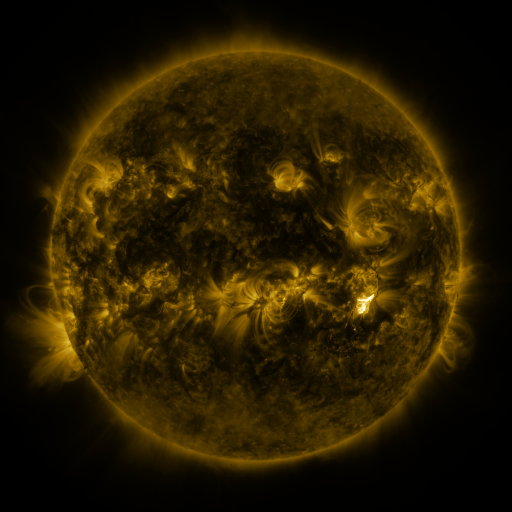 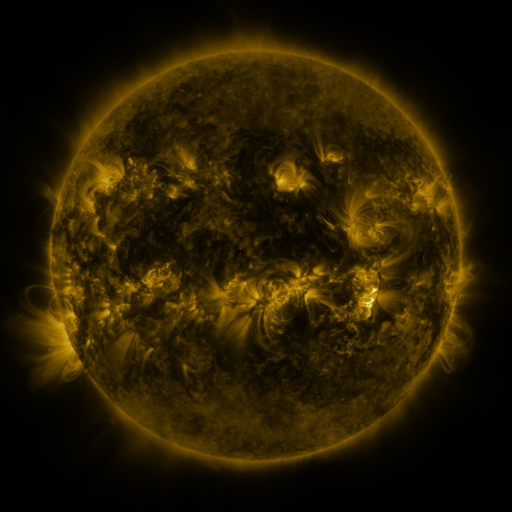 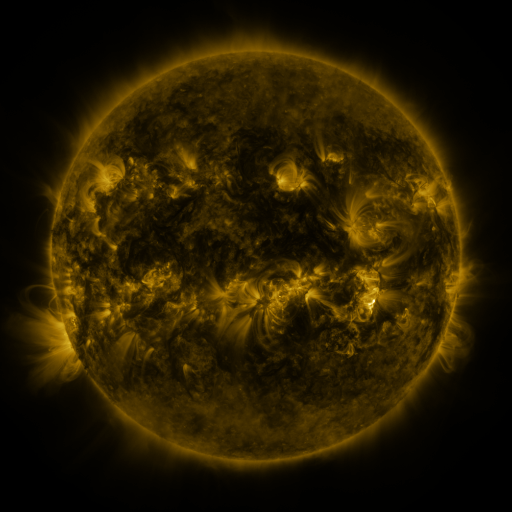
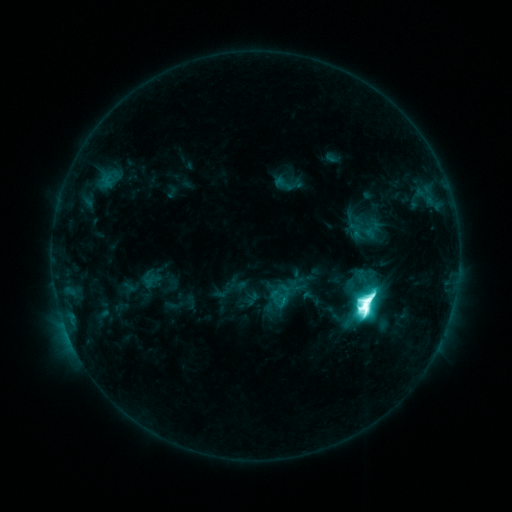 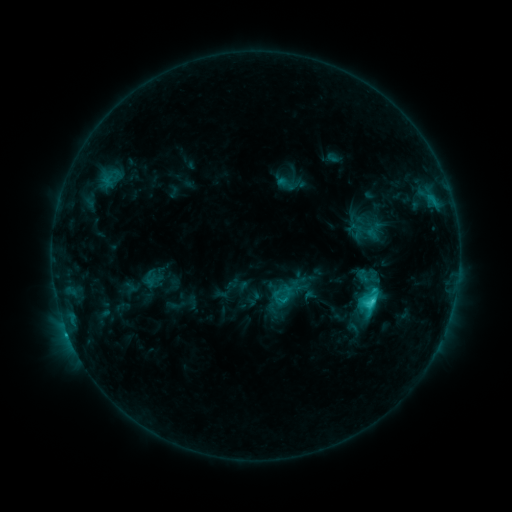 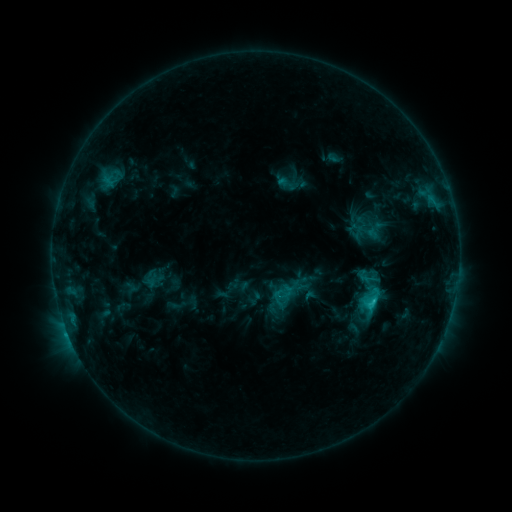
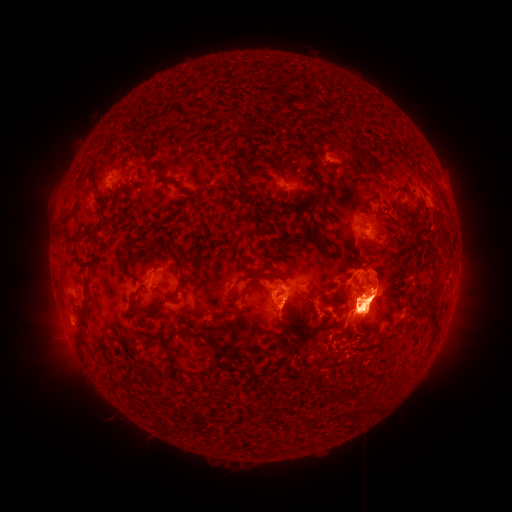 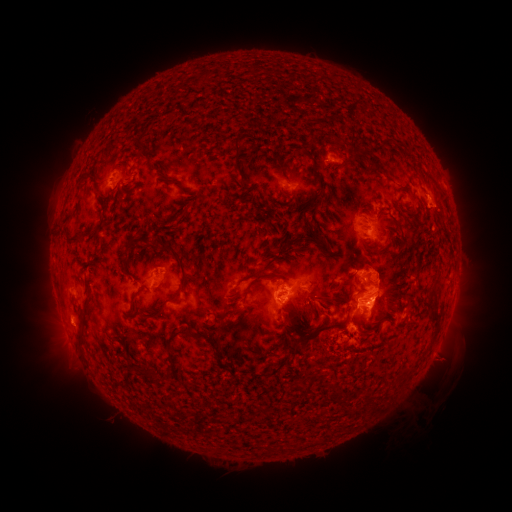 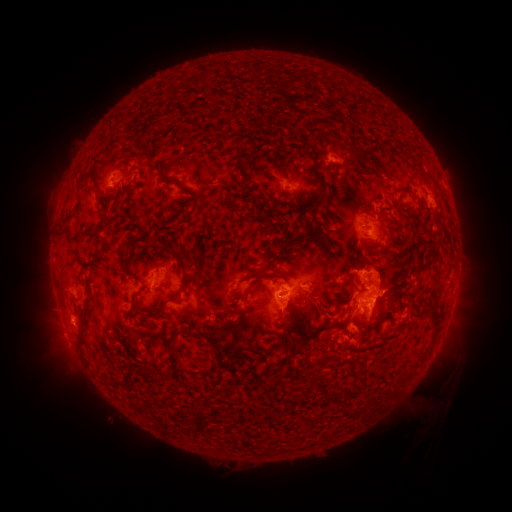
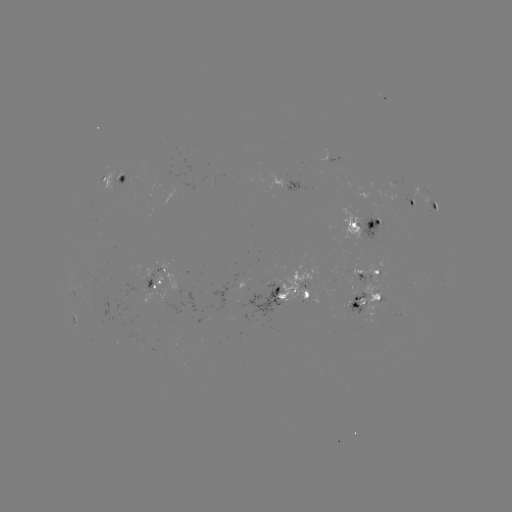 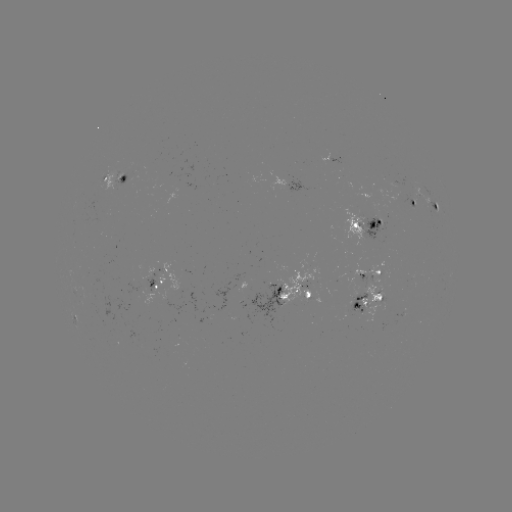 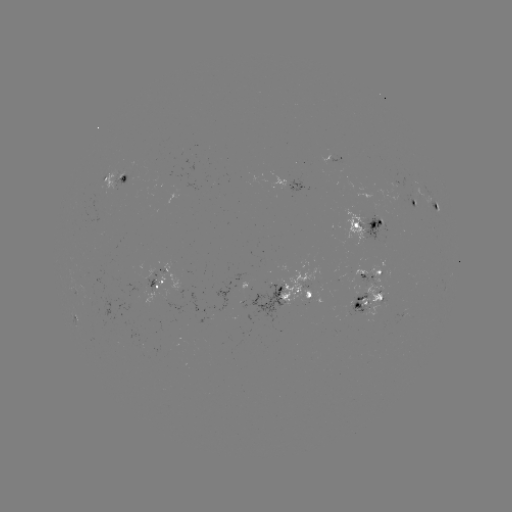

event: emerging-flux region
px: (401, 314)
